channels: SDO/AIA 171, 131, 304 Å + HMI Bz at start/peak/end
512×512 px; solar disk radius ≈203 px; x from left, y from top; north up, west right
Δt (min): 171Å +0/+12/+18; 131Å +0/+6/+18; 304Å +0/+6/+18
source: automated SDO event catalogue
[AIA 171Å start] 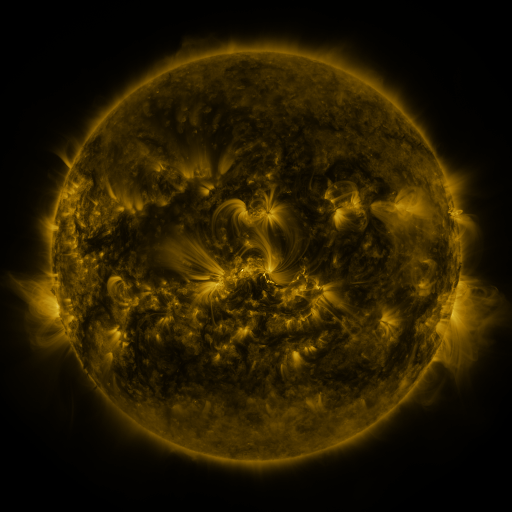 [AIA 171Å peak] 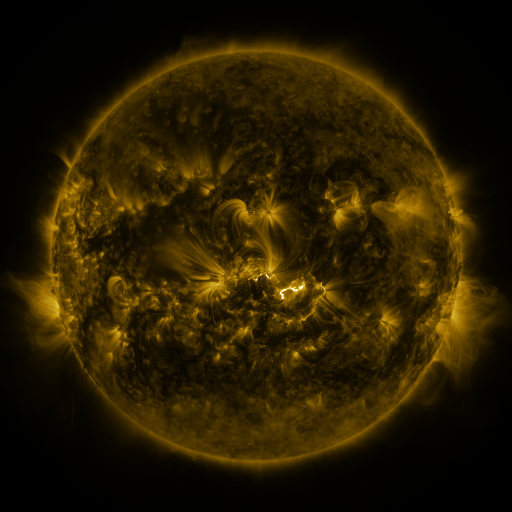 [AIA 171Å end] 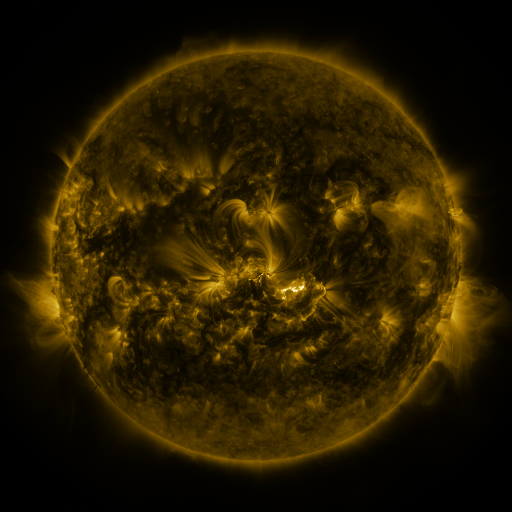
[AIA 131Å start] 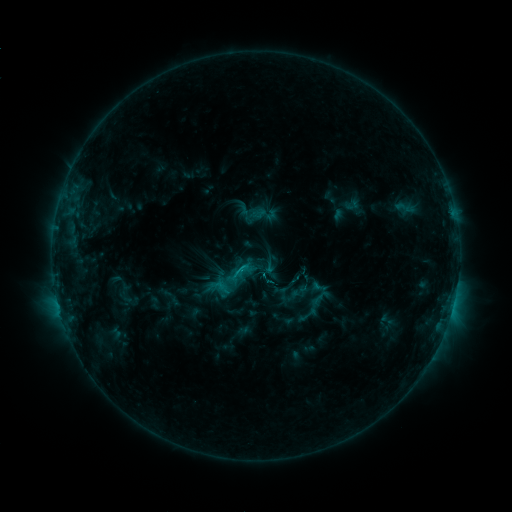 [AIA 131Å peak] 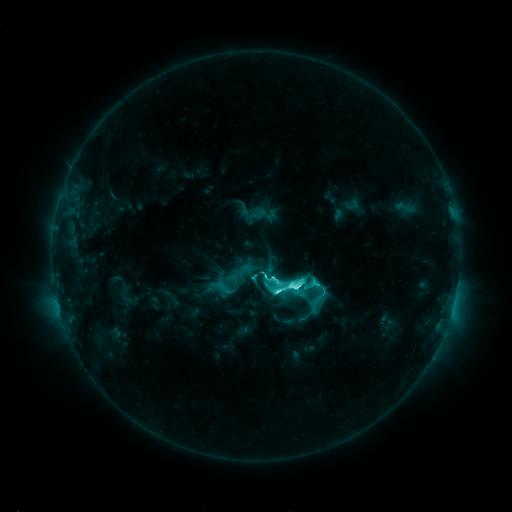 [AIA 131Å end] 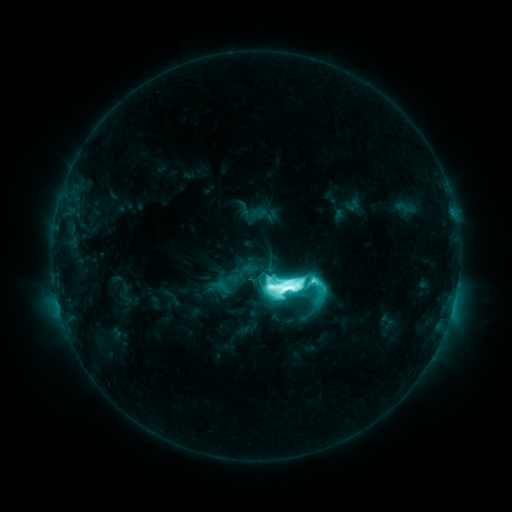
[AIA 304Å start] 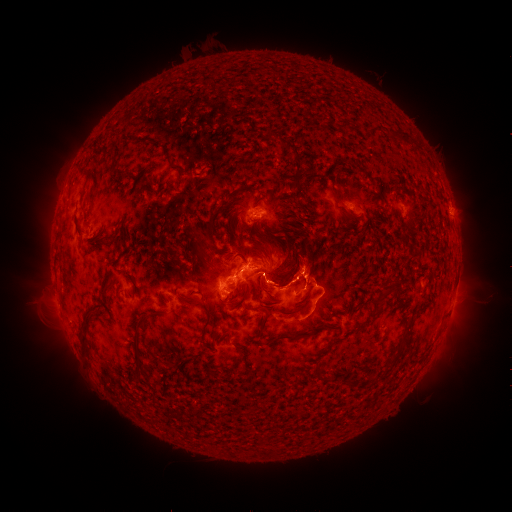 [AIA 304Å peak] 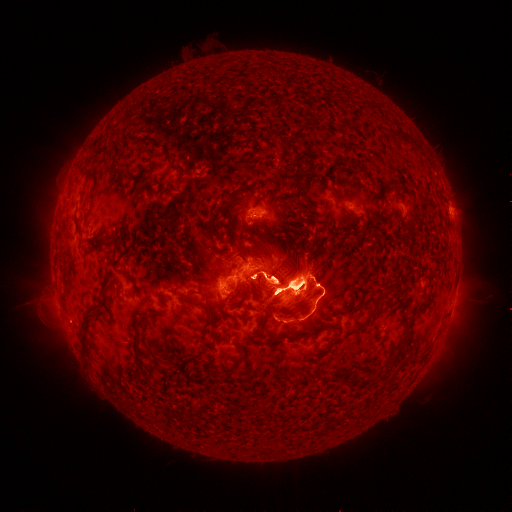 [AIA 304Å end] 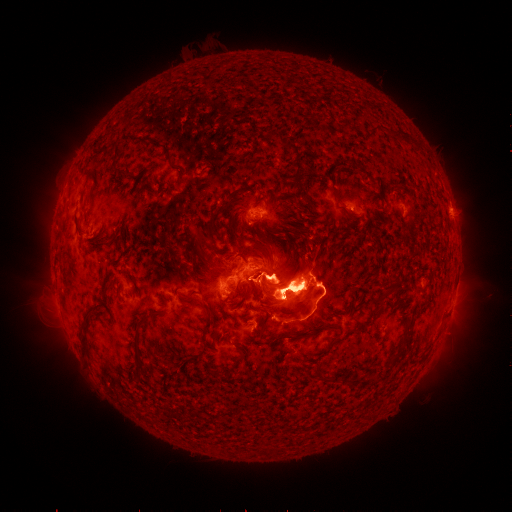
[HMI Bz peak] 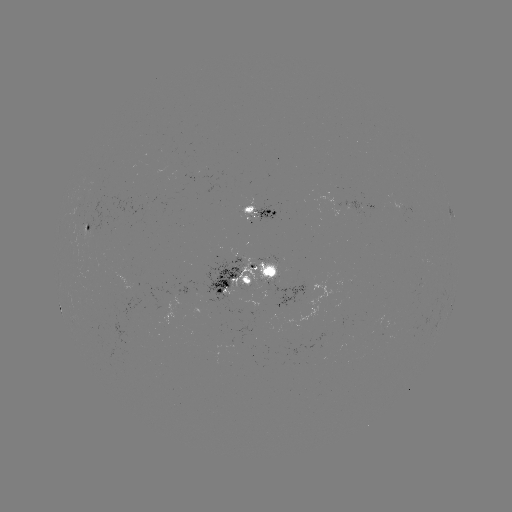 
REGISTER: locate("eruption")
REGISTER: [145, 274]